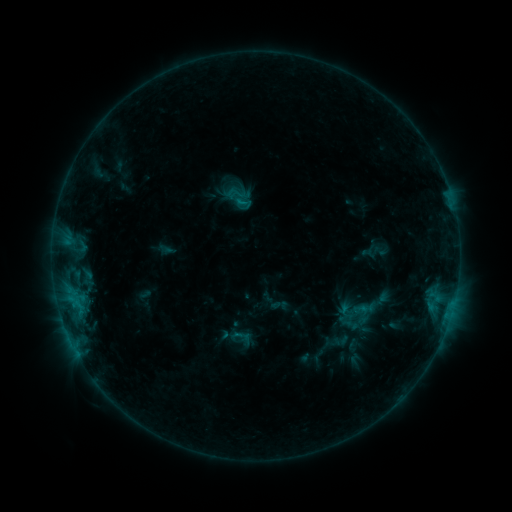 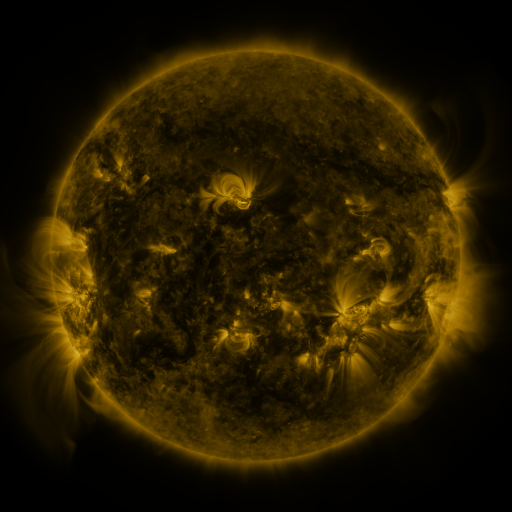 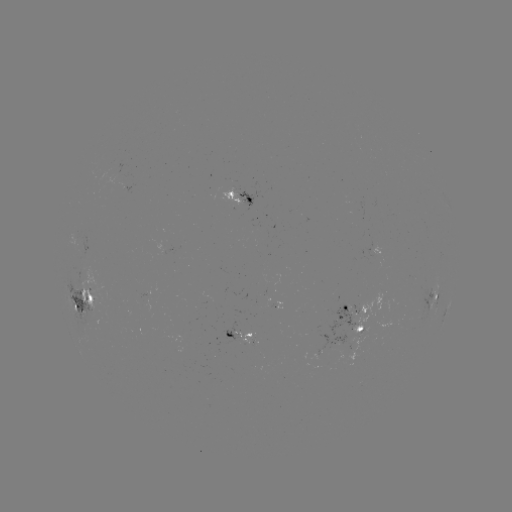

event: sigmoid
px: (244, 203)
